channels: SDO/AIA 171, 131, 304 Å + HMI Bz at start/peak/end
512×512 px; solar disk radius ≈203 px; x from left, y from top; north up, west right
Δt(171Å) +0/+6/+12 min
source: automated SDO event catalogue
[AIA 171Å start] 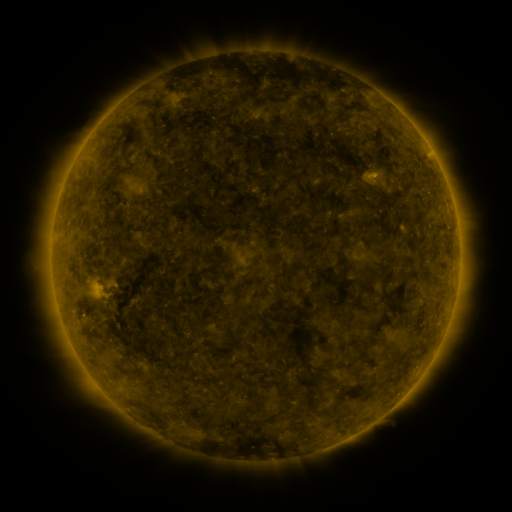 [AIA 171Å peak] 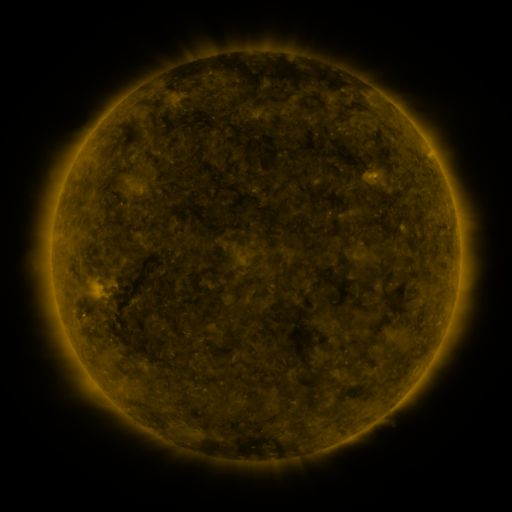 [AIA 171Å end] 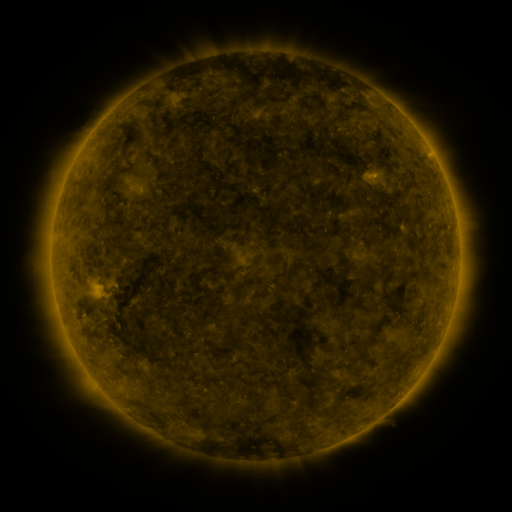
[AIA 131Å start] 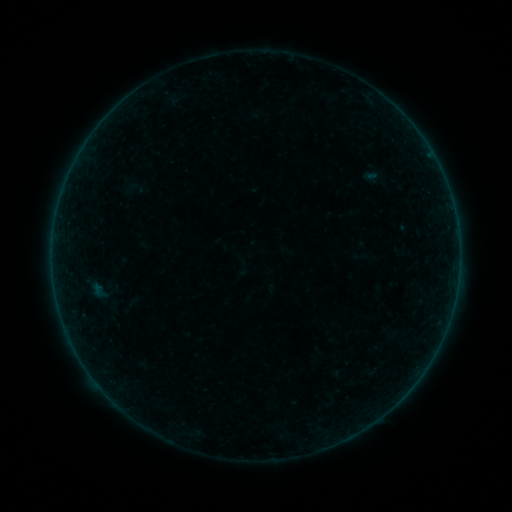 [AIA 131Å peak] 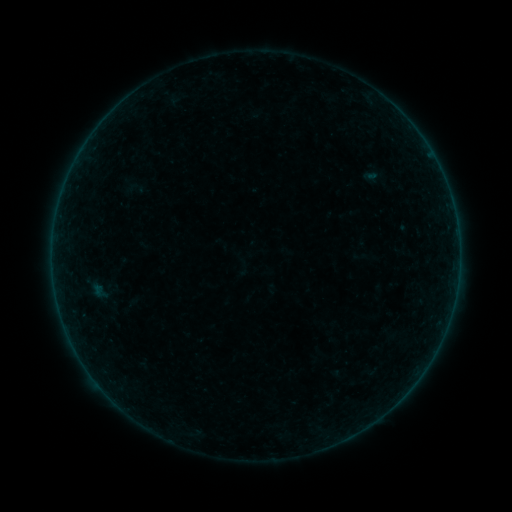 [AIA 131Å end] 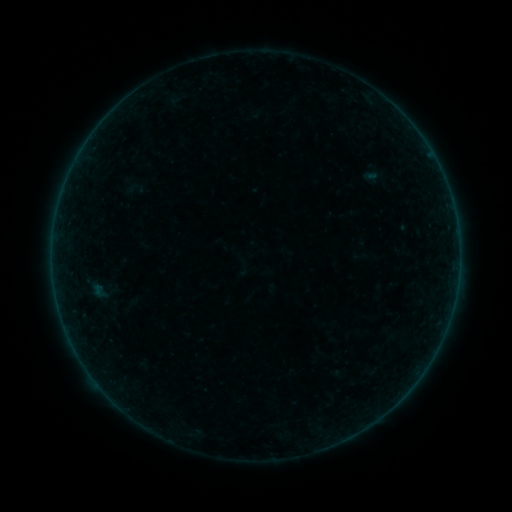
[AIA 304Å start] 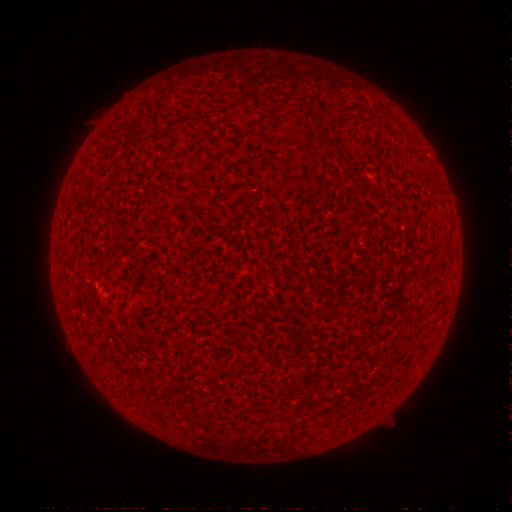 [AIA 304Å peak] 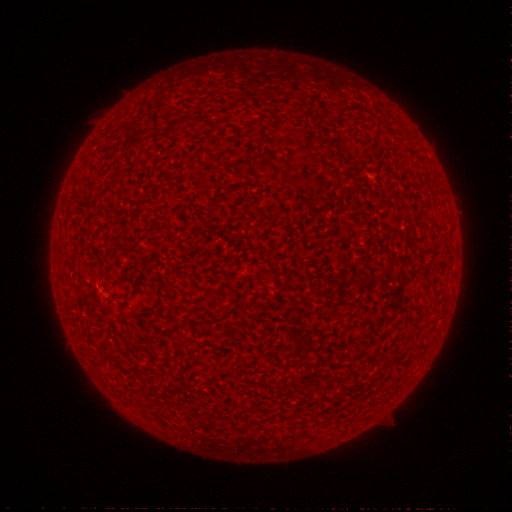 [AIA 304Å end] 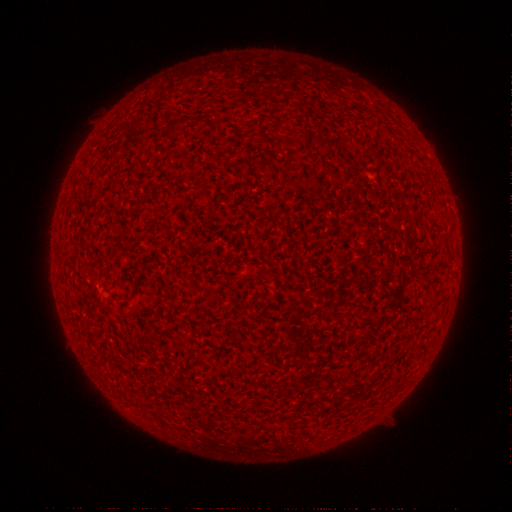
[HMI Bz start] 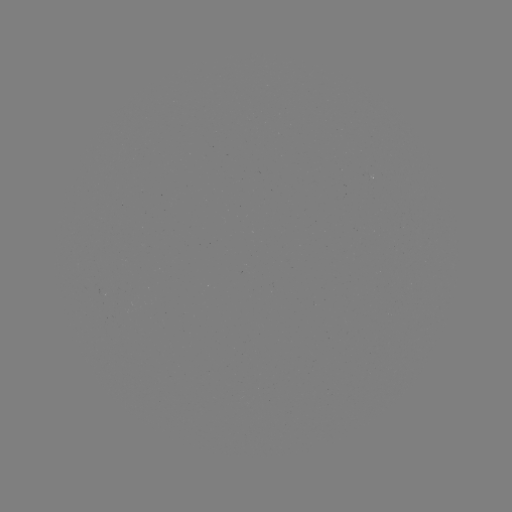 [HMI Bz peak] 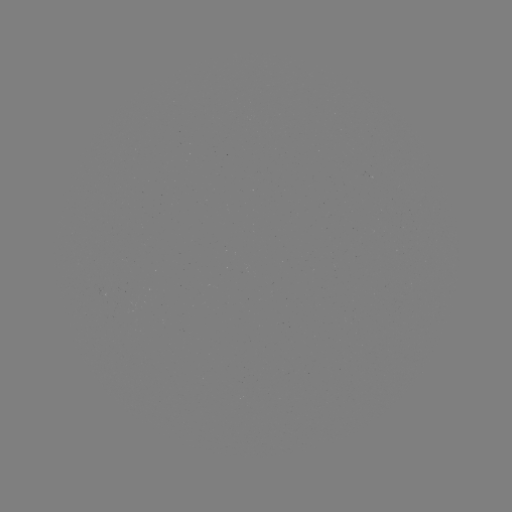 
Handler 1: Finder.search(A2.0 flare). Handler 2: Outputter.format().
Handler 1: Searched A2.0 flare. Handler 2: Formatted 458,238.